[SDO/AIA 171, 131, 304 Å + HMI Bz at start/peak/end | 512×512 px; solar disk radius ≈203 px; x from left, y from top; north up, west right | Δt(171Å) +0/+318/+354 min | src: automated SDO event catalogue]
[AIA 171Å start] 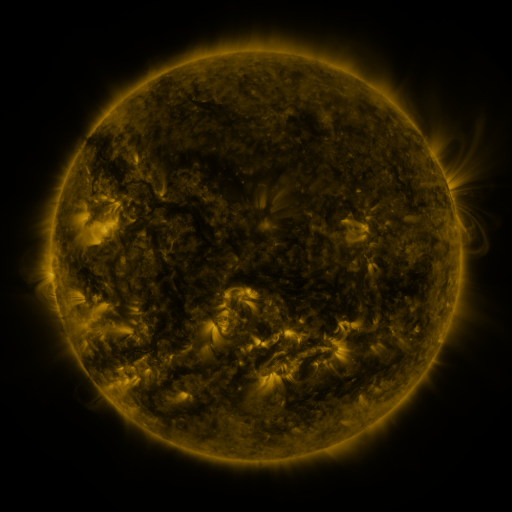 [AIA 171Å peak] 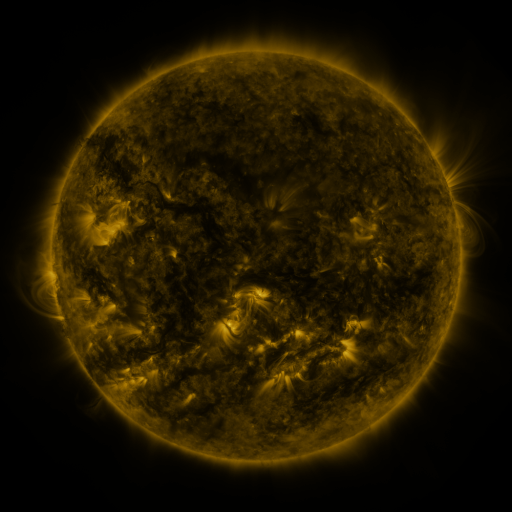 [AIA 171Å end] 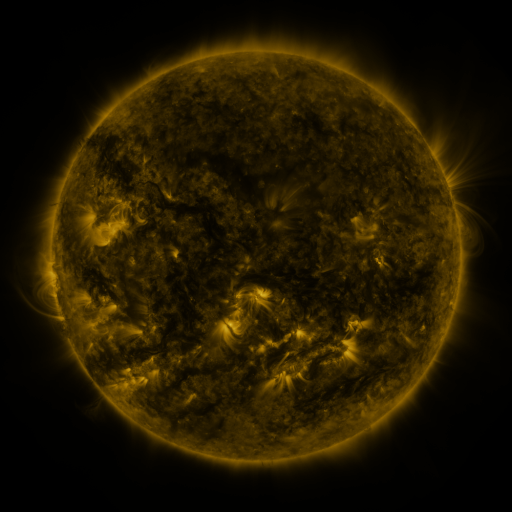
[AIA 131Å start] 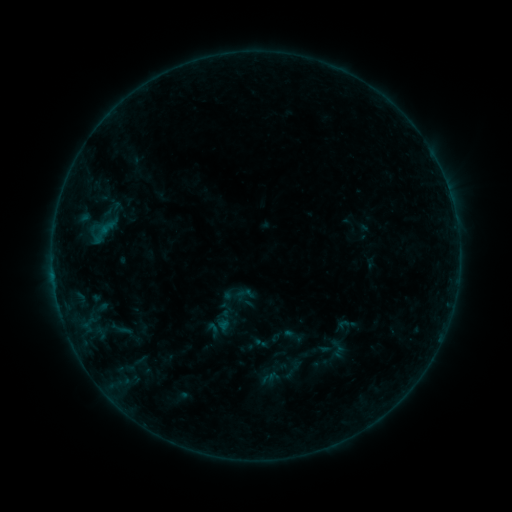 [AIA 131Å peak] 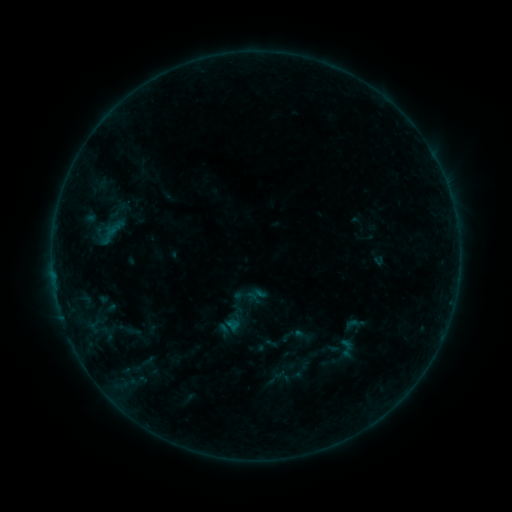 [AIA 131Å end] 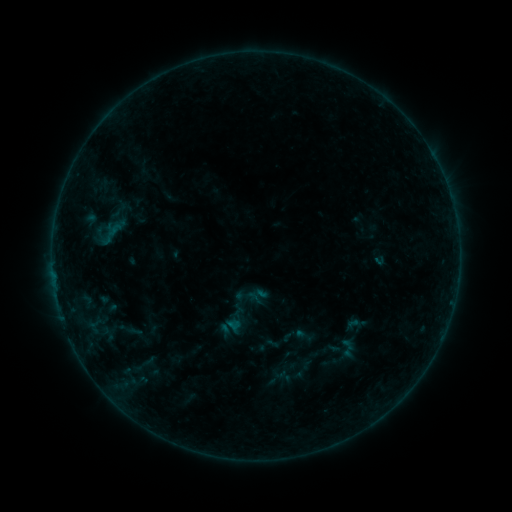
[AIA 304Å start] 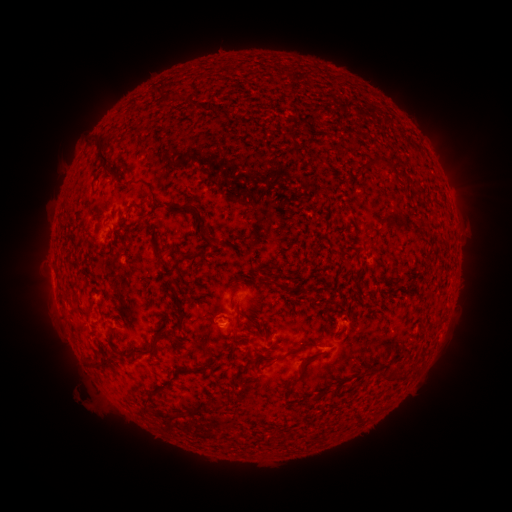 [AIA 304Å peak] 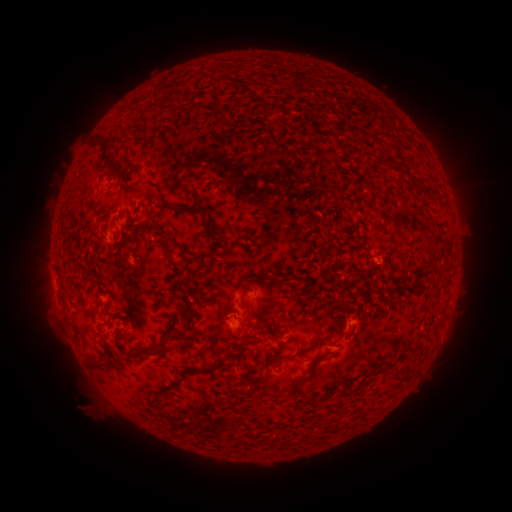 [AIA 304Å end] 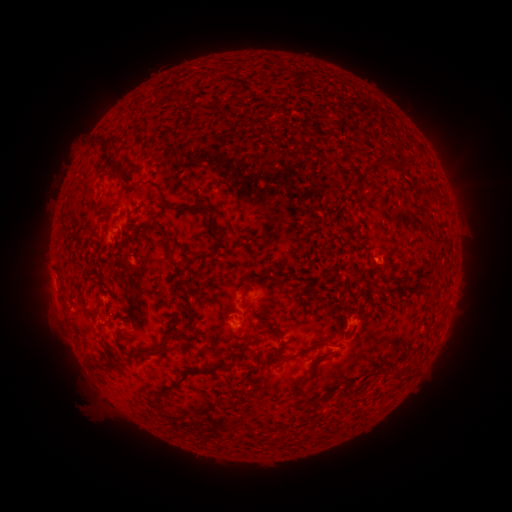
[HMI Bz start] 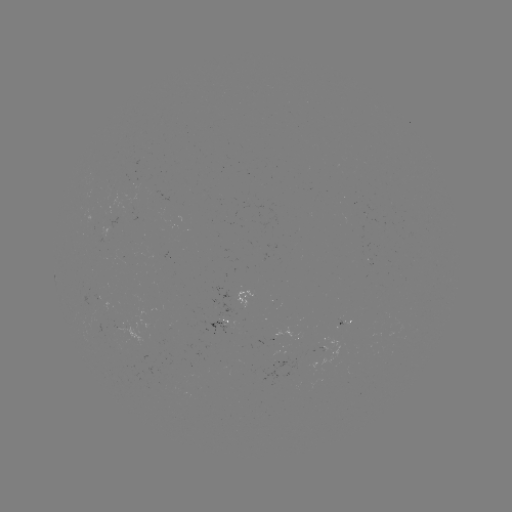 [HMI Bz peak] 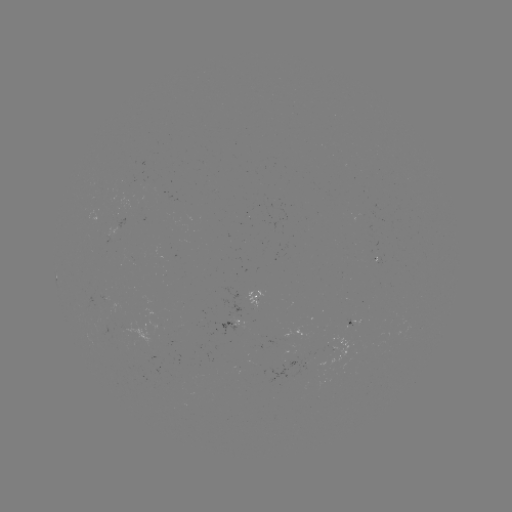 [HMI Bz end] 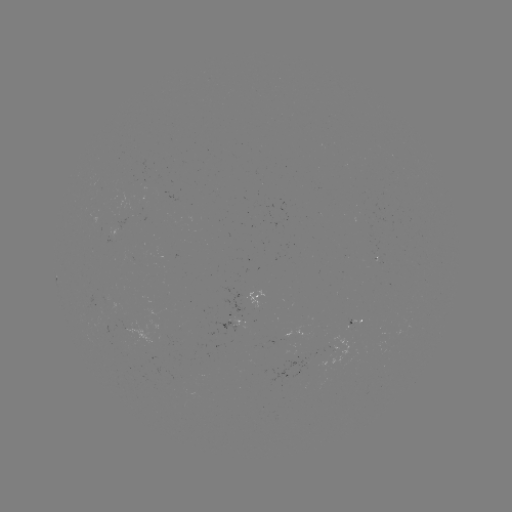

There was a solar emerging-flux region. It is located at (374, 255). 